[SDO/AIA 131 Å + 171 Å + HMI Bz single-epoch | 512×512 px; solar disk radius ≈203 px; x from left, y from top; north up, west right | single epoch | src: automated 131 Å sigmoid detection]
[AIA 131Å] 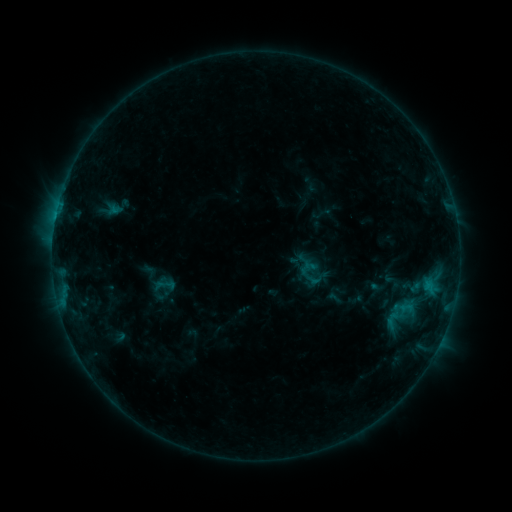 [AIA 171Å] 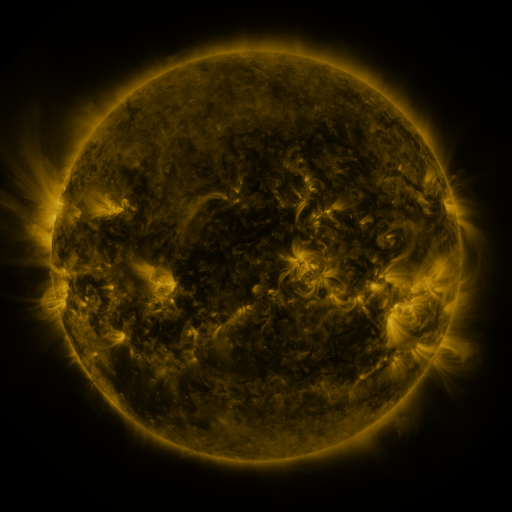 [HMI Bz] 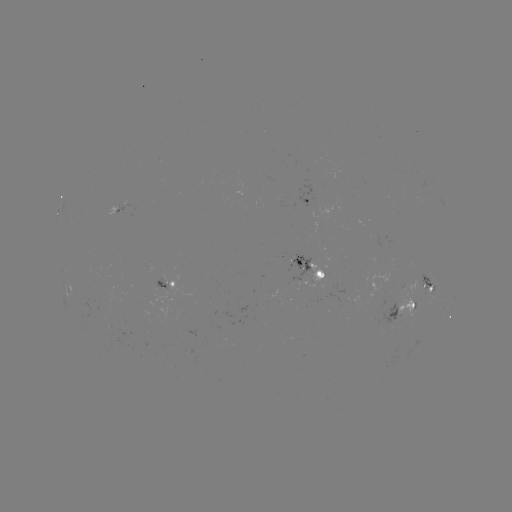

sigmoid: [310, 268, 329, 288]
